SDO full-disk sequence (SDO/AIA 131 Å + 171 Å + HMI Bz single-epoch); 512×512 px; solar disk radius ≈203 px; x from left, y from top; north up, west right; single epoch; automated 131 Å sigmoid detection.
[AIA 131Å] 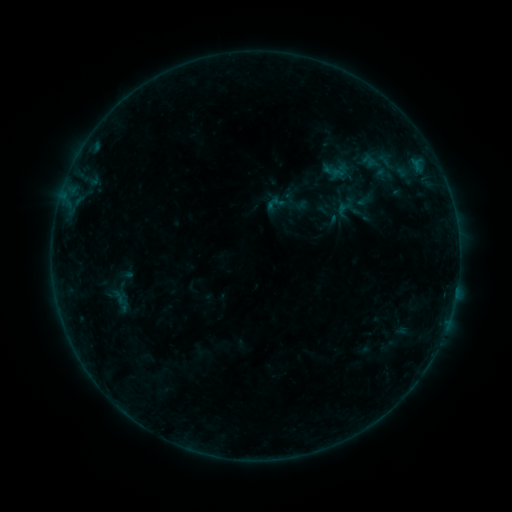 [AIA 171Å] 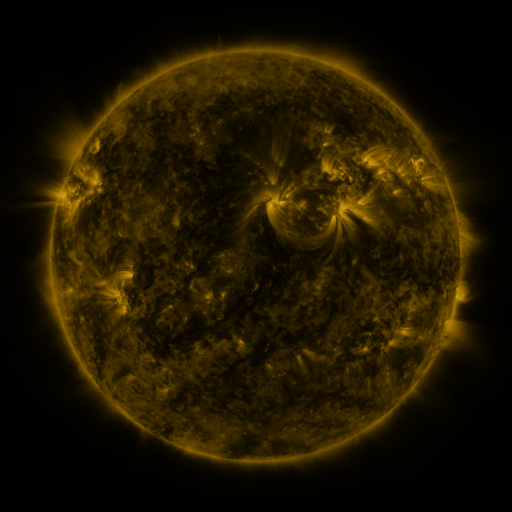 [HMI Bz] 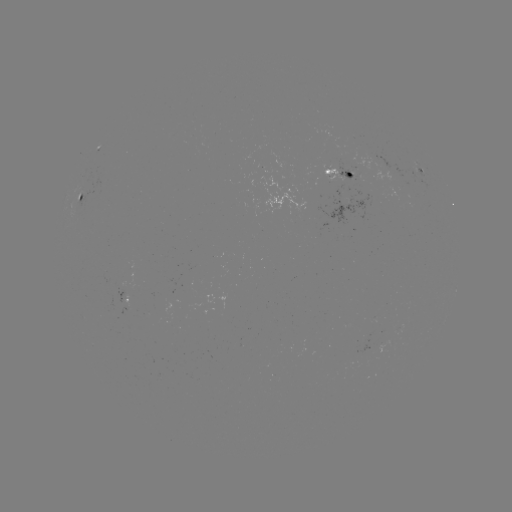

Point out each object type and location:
sigmoid: (278, 205)
sigmoid: (344, 209)
